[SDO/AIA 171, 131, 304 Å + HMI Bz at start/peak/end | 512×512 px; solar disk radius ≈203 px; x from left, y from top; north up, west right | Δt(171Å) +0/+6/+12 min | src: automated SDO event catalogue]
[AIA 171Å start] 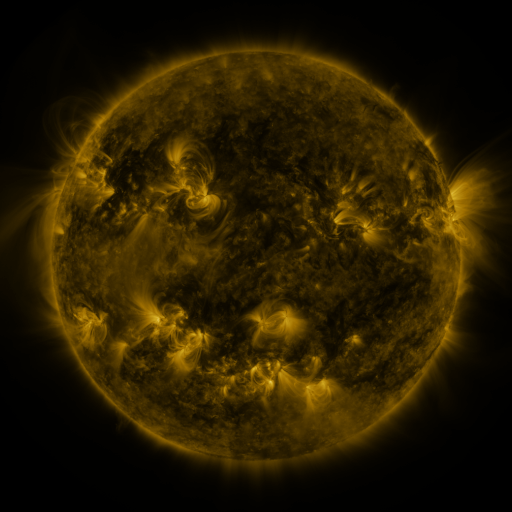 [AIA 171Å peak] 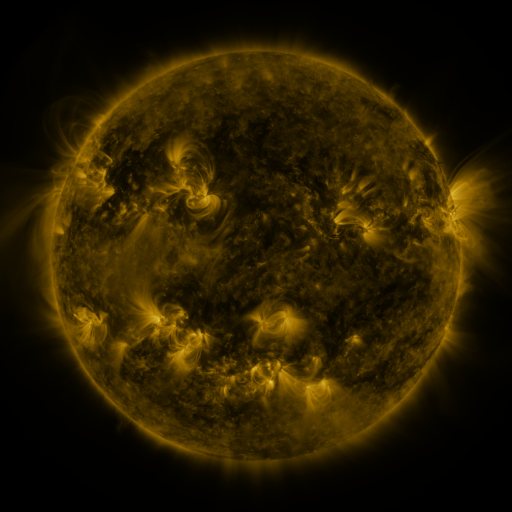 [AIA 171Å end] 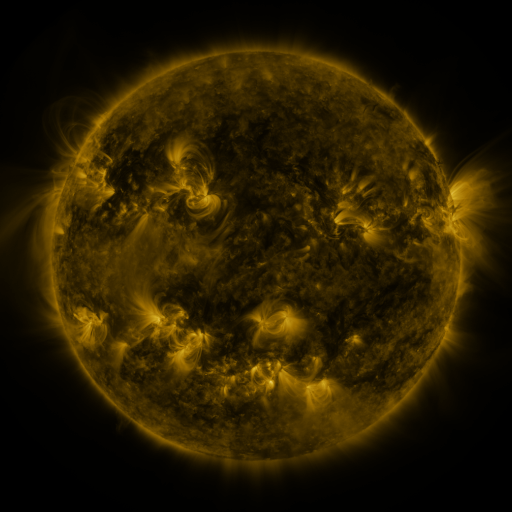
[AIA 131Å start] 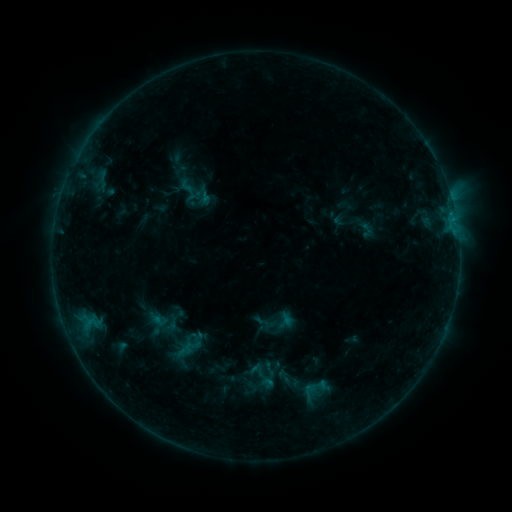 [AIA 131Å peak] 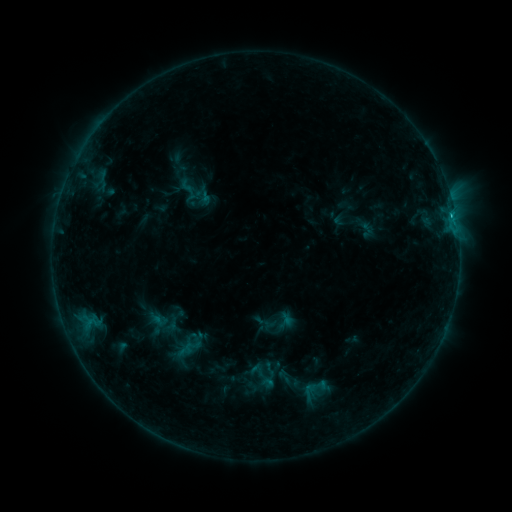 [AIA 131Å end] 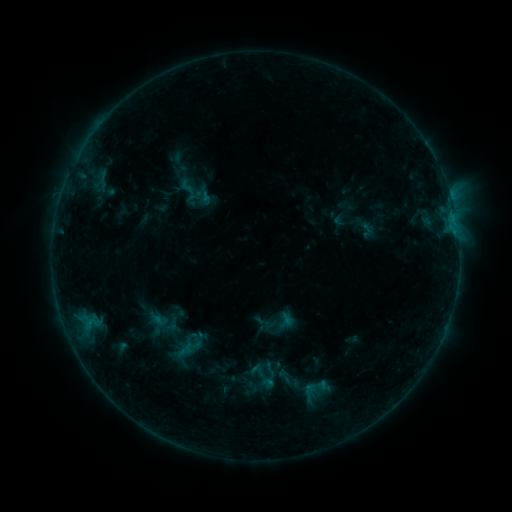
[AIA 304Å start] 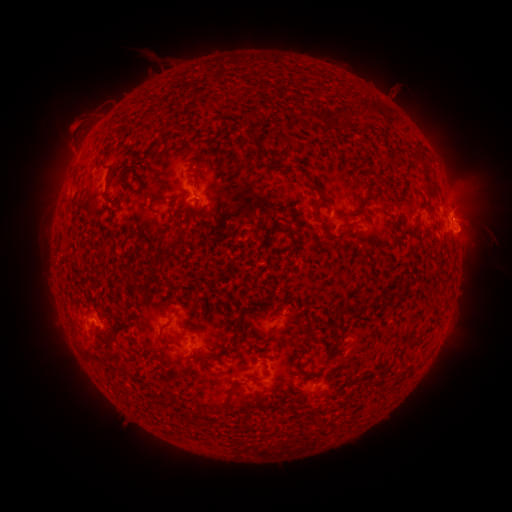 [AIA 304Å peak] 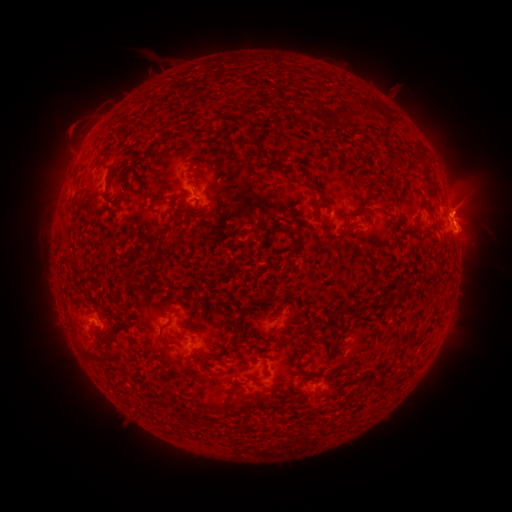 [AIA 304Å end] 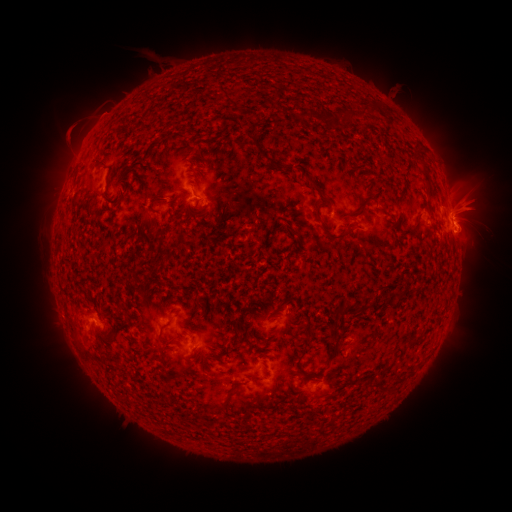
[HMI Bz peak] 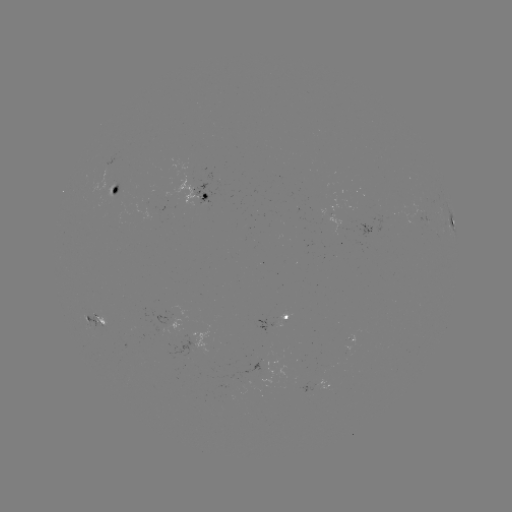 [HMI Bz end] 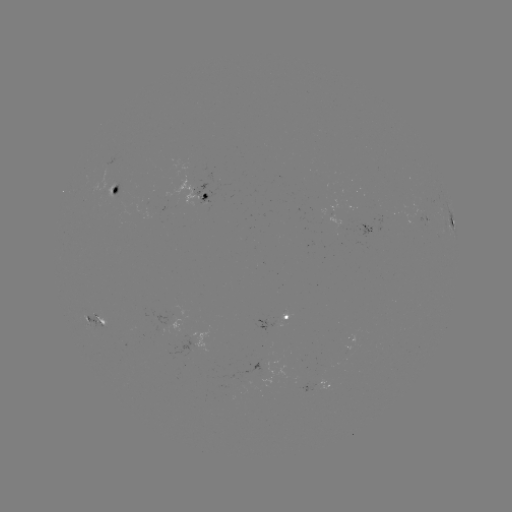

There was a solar flare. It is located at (451, 214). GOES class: B8.9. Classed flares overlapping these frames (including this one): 1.